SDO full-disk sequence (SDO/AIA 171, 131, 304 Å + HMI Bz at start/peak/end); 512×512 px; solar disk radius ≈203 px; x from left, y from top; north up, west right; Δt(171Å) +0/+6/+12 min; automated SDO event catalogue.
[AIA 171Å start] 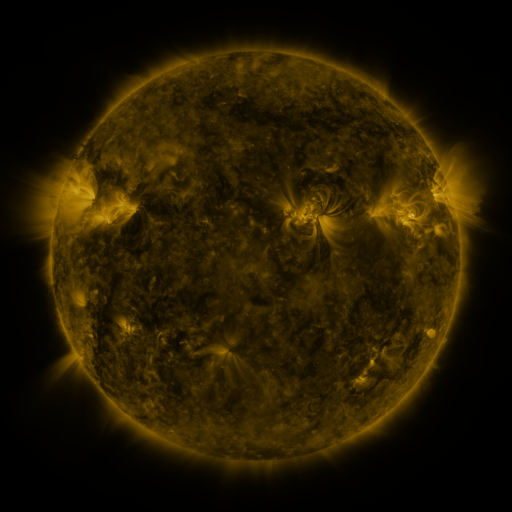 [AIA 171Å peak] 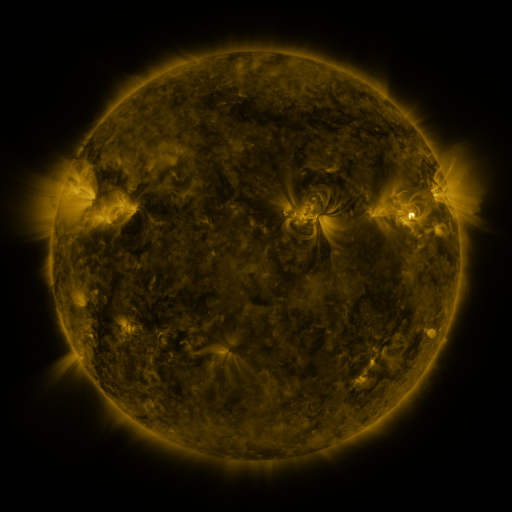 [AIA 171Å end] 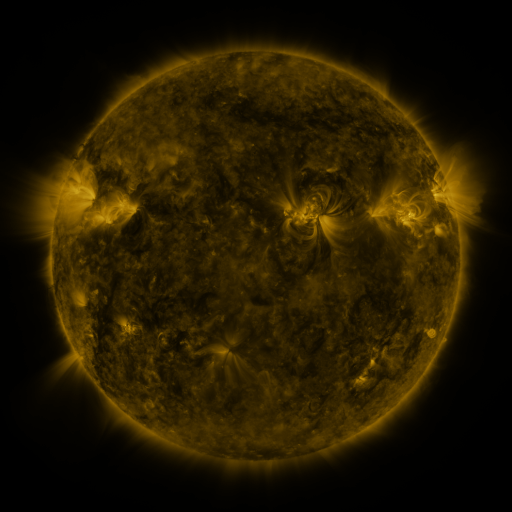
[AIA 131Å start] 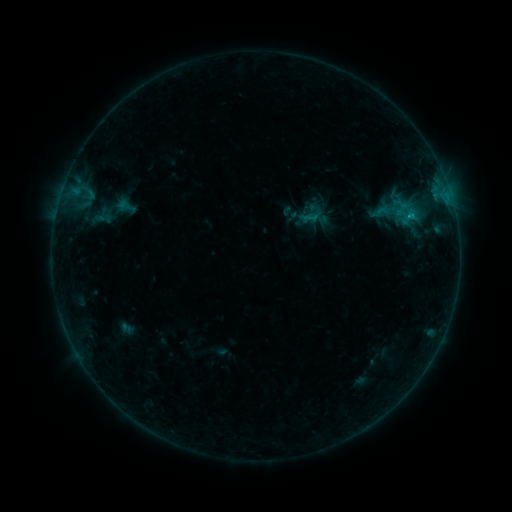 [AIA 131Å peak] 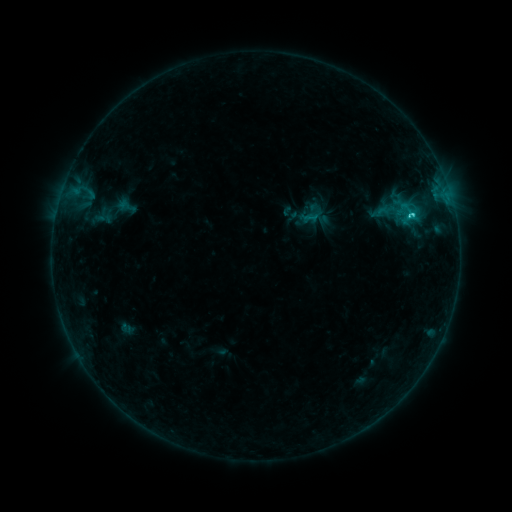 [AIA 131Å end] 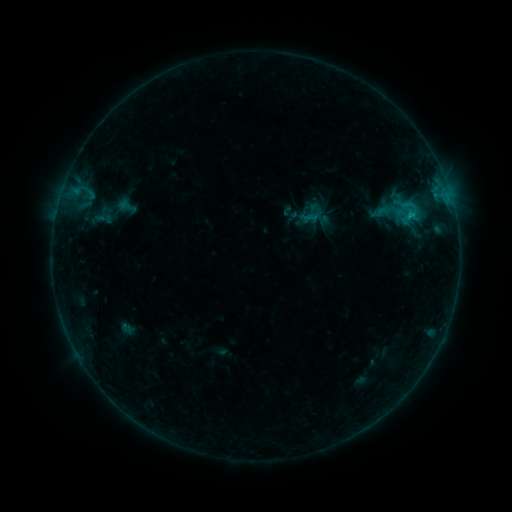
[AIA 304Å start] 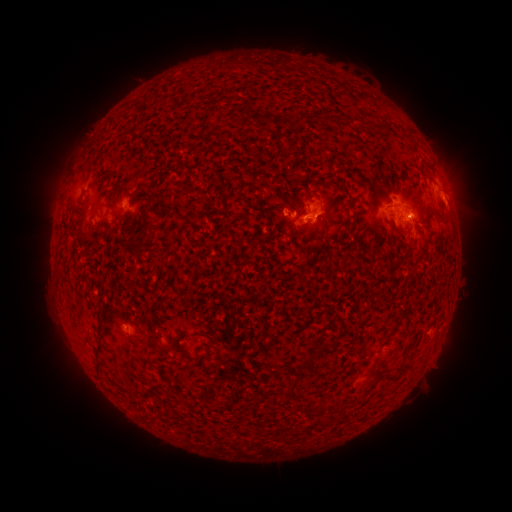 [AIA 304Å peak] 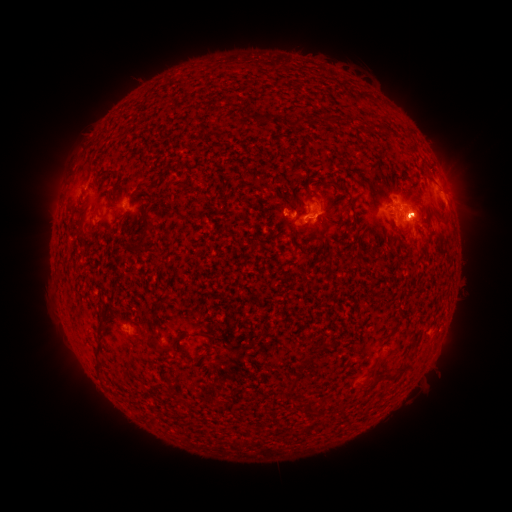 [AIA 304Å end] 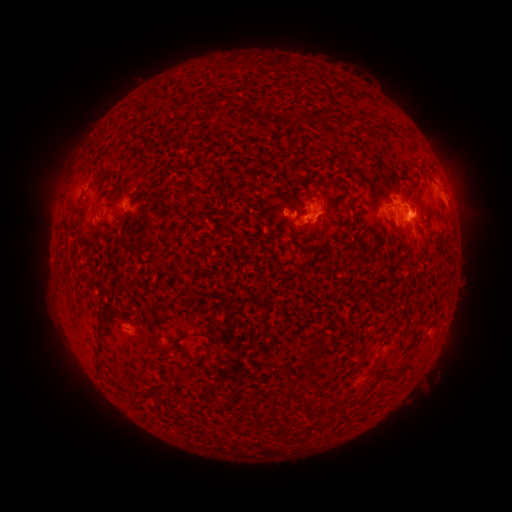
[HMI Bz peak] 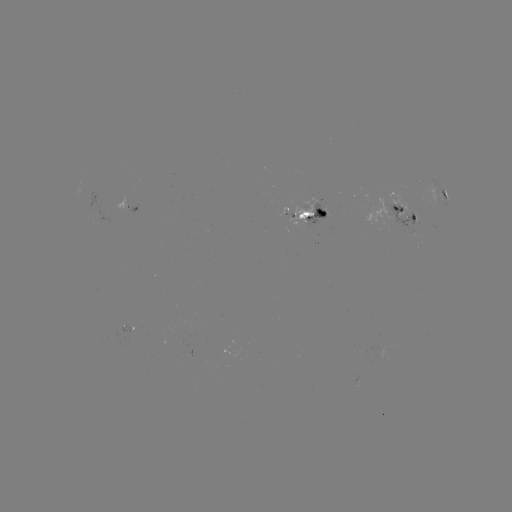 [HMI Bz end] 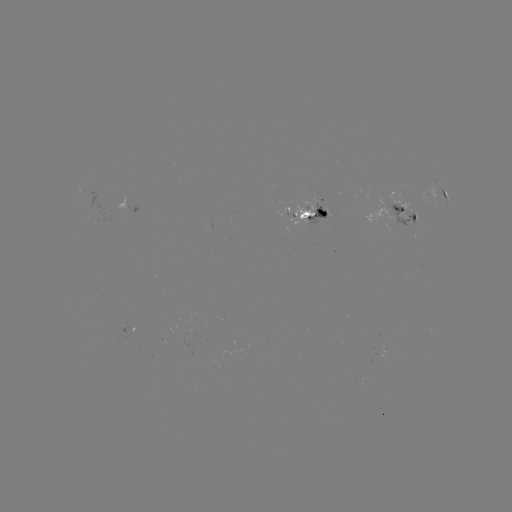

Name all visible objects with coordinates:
eruption: (421, 207)
